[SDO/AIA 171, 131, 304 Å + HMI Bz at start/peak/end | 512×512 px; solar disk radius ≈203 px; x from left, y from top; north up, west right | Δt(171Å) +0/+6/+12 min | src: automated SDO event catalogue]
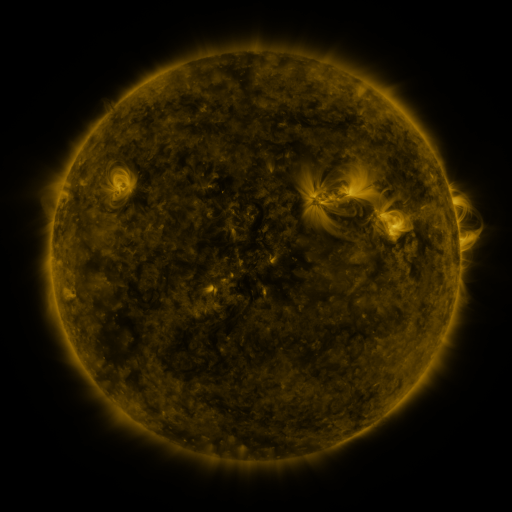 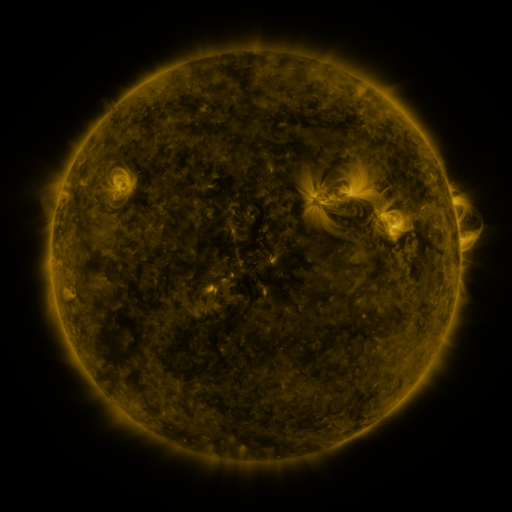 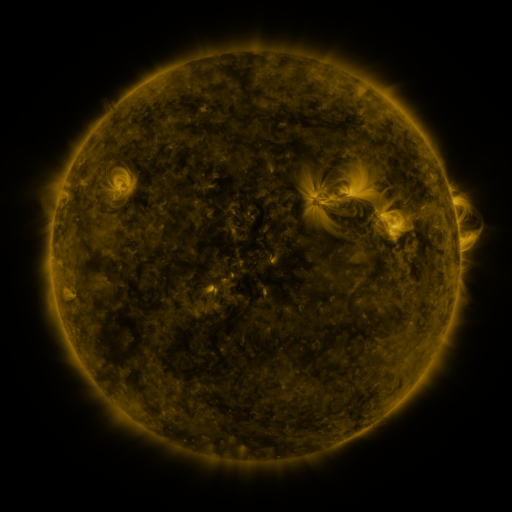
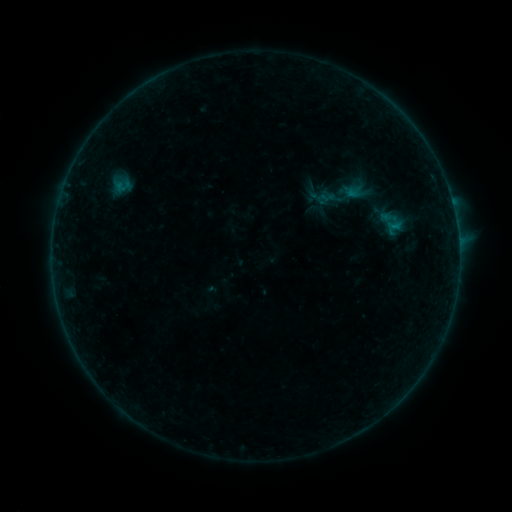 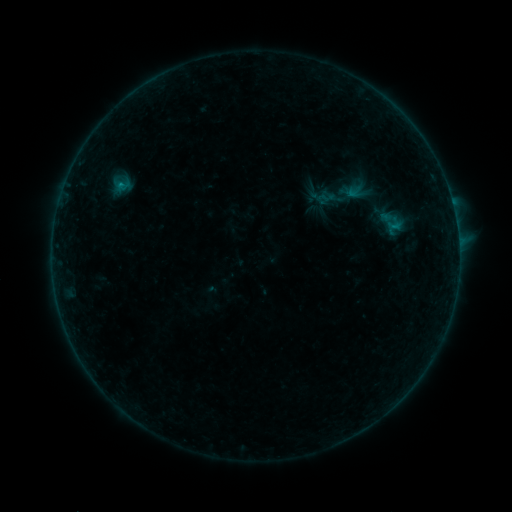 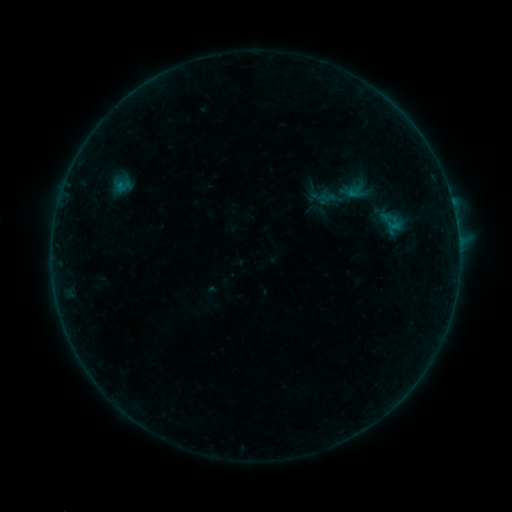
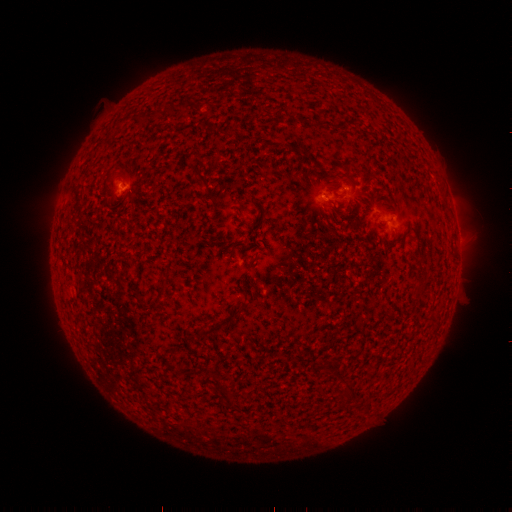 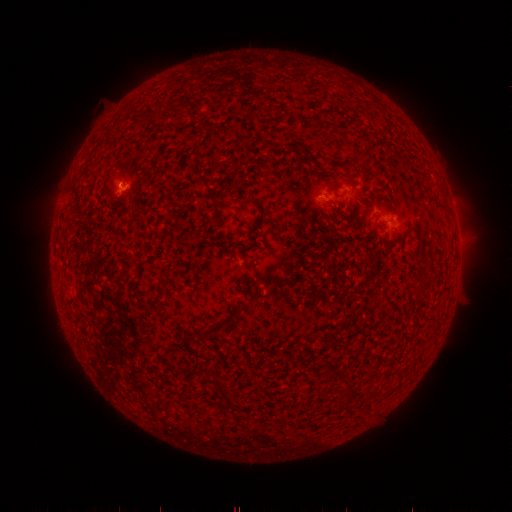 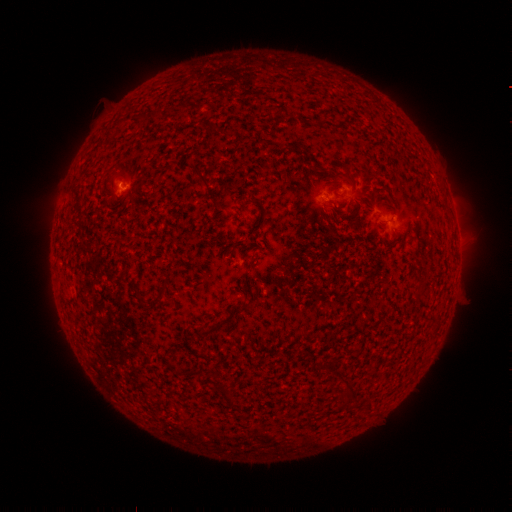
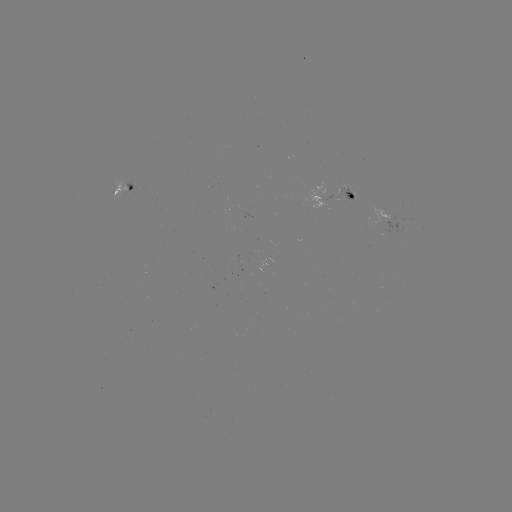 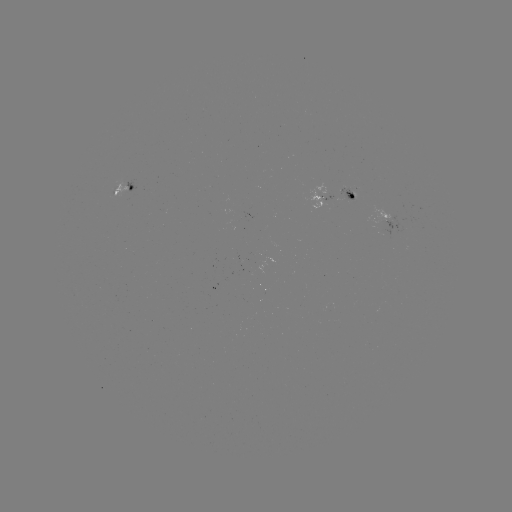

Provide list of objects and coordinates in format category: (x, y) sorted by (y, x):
B2.3 flare: (122, 186)
